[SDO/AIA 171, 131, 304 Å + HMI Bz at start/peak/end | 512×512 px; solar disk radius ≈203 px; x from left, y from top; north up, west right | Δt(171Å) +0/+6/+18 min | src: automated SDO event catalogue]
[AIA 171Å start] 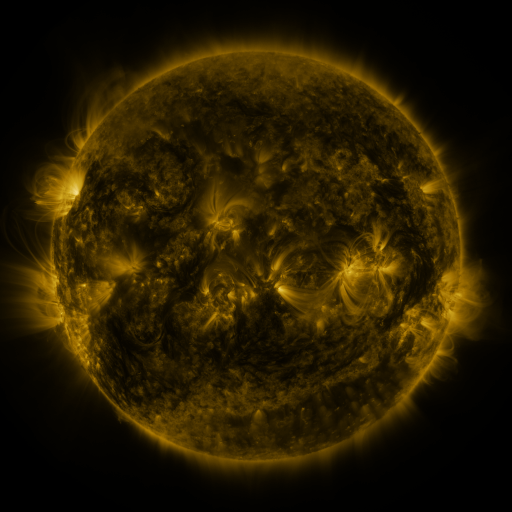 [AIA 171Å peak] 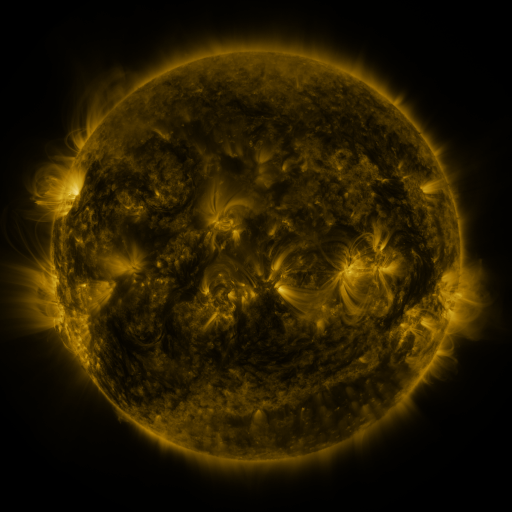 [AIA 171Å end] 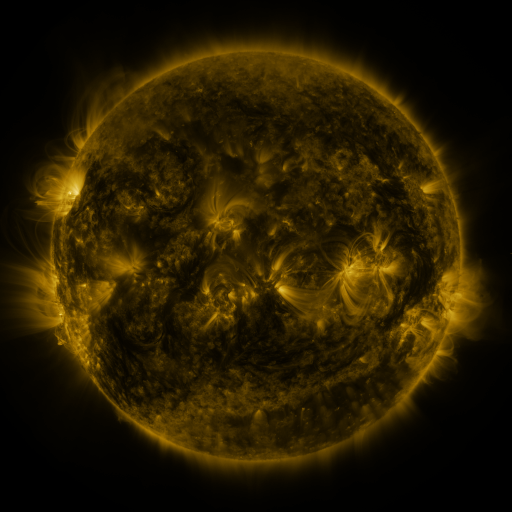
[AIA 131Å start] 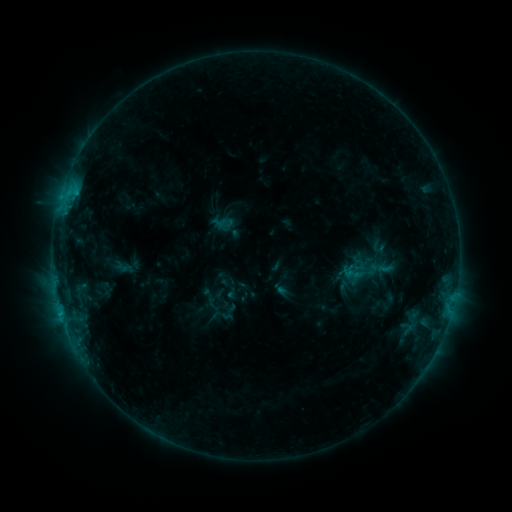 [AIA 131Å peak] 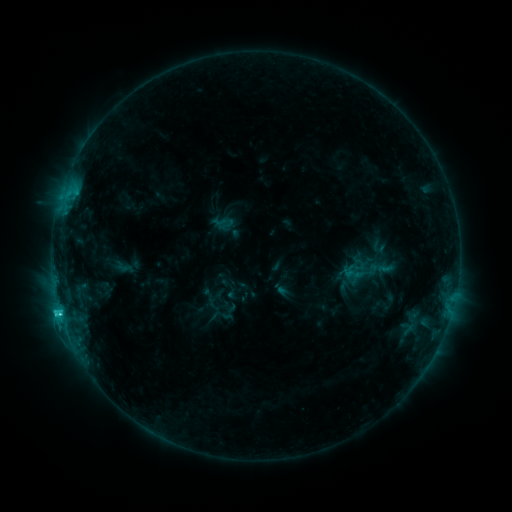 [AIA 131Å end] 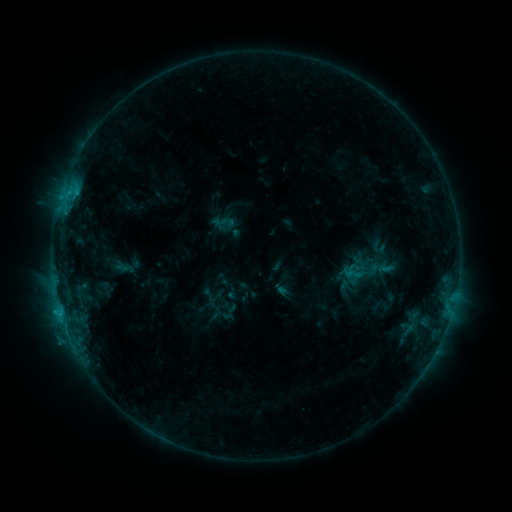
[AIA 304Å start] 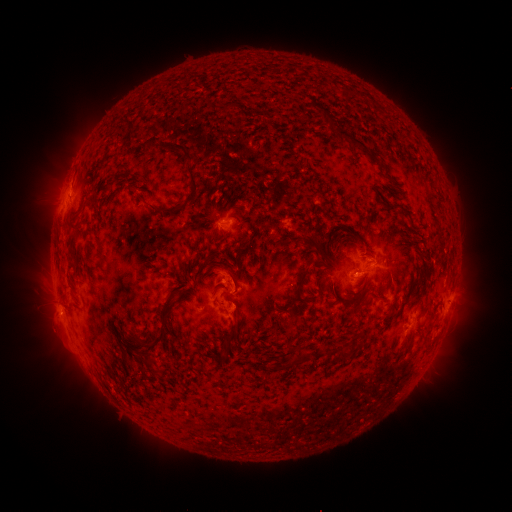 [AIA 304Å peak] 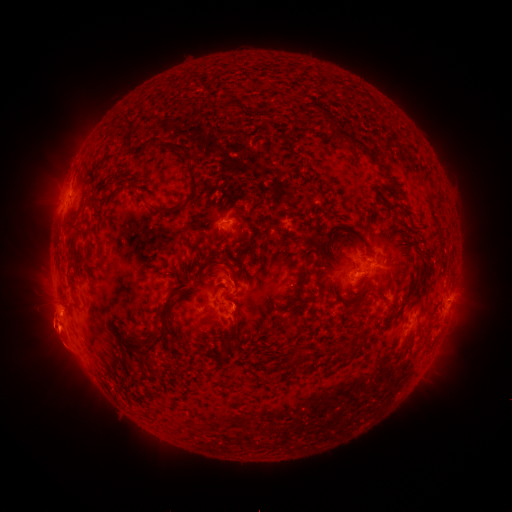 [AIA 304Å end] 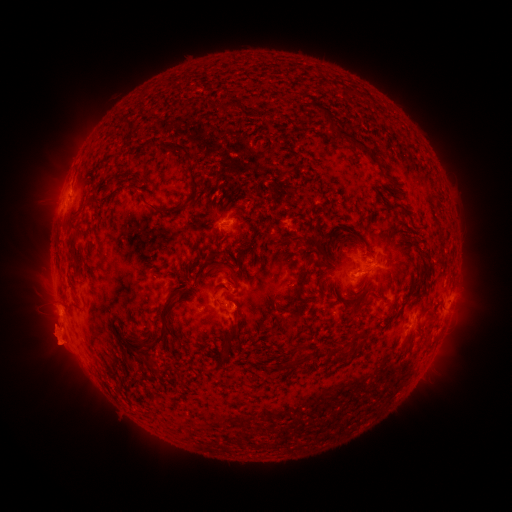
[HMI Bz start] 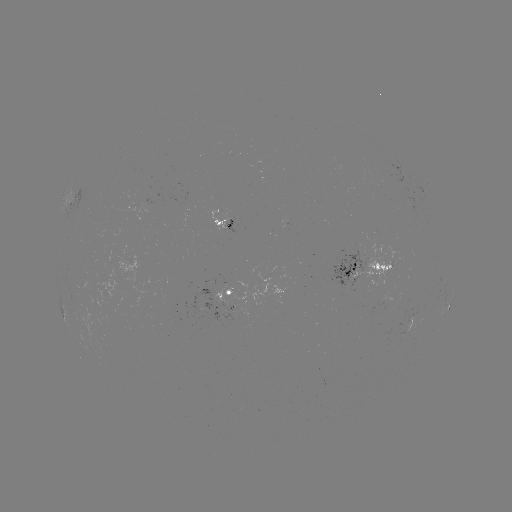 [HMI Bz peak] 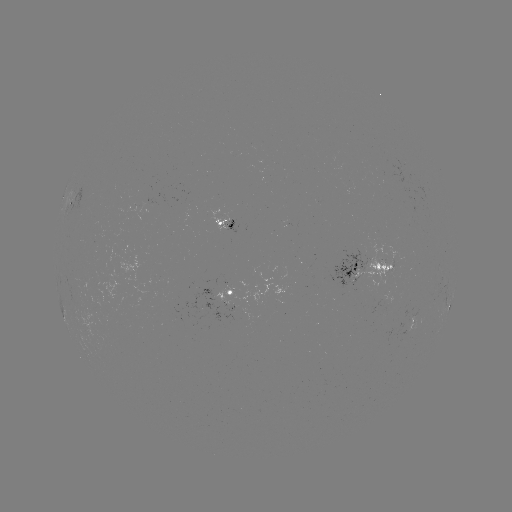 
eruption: <bbox>22, 276, 87, 392</bbox>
